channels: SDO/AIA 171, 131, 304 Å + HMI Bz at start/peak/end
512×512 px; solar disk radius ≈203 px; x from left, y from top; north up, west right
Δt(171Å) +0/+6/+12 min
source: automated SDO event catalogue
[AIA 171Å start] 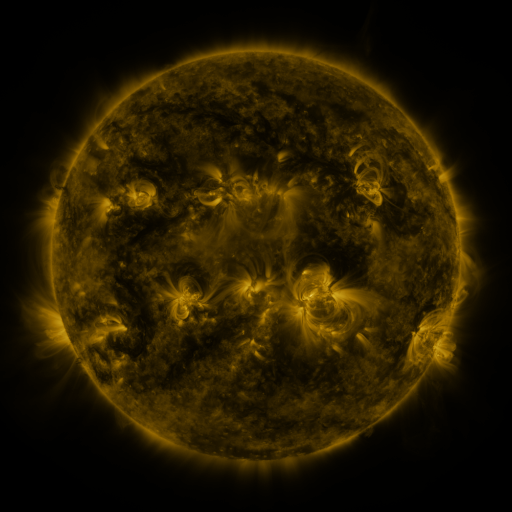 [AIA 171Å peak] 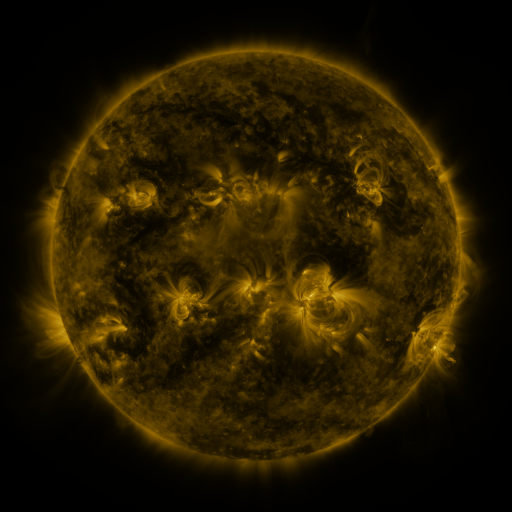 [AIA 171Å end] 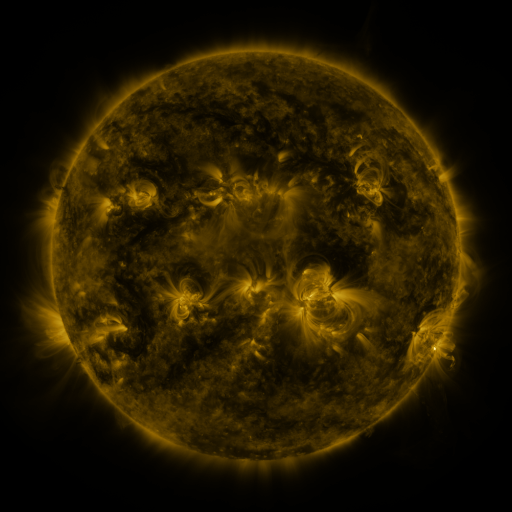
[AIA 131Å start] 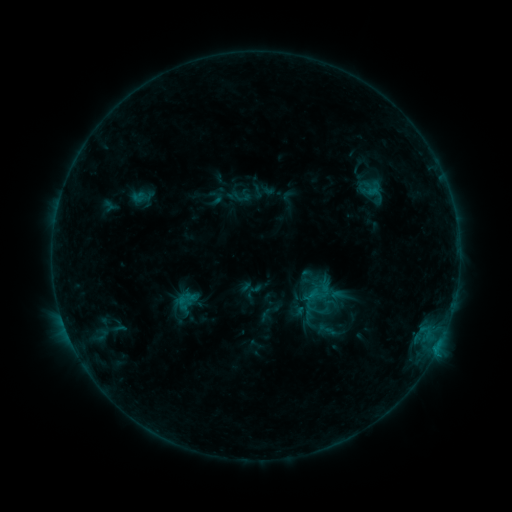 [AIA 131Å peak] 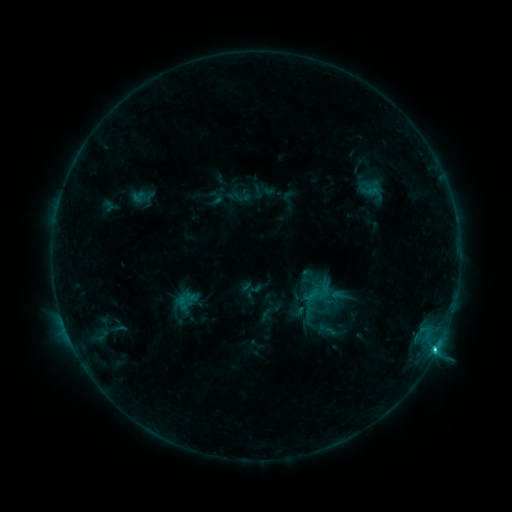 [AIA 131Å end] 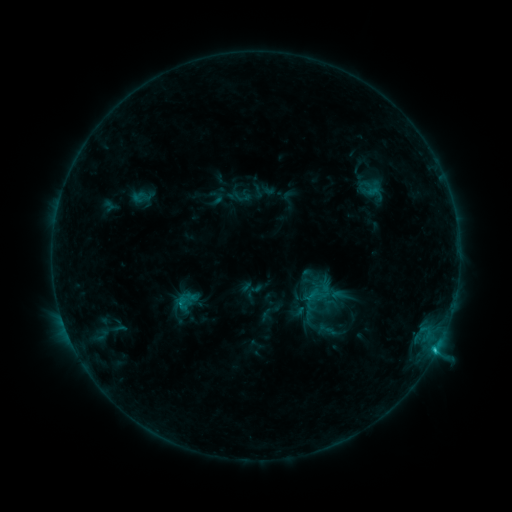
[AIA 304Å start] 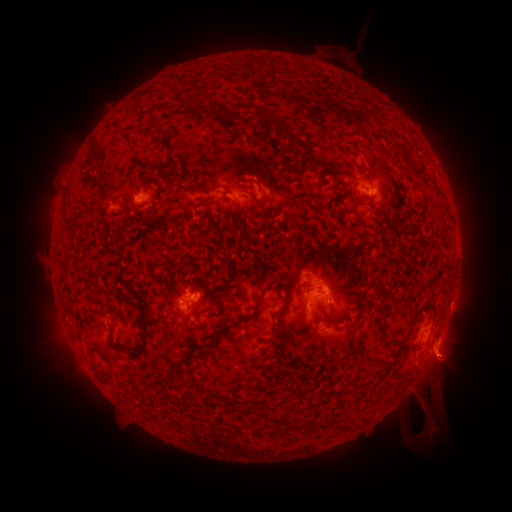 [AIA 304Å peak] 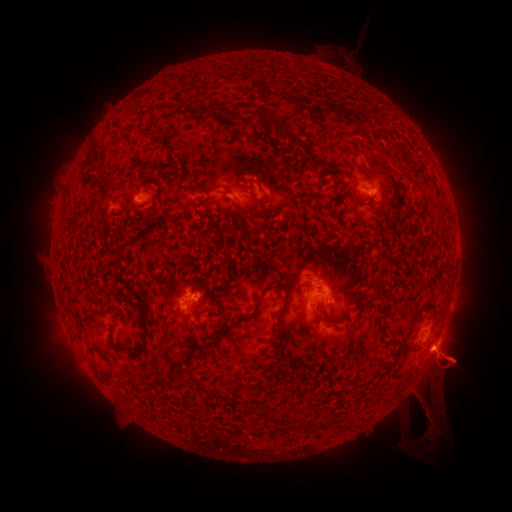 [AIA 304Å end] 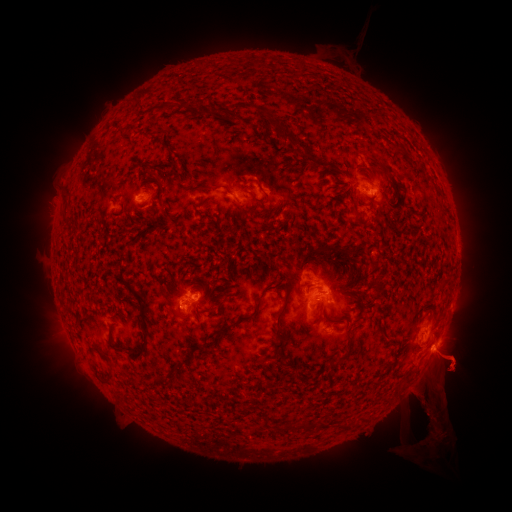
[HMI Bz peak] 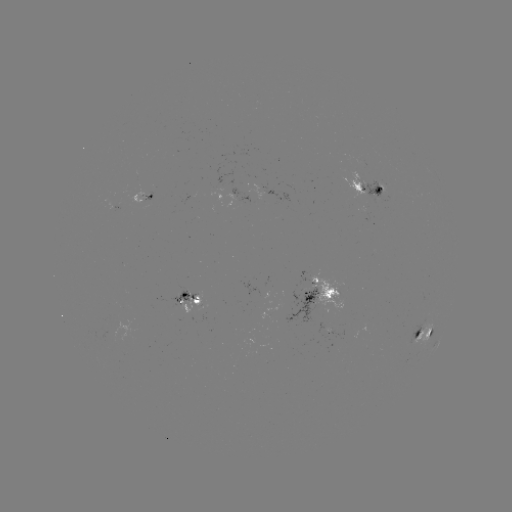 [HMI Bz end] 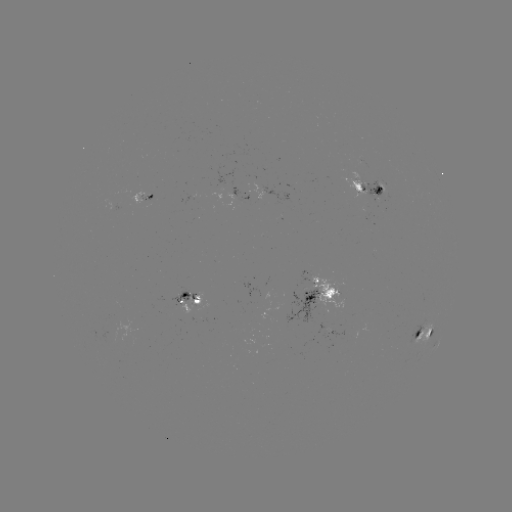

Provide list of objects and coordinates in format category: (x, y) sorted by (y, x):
C1.8 flare: (434, 349)
